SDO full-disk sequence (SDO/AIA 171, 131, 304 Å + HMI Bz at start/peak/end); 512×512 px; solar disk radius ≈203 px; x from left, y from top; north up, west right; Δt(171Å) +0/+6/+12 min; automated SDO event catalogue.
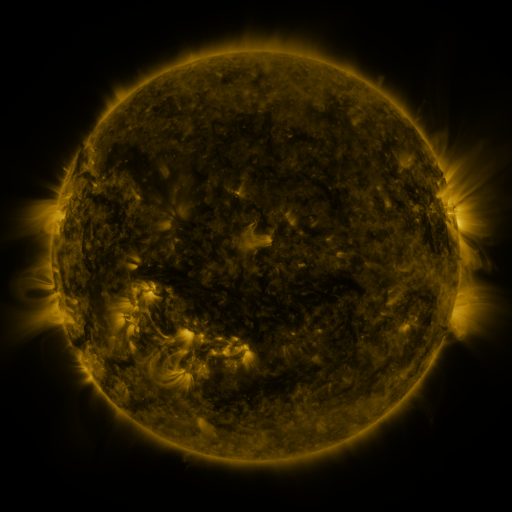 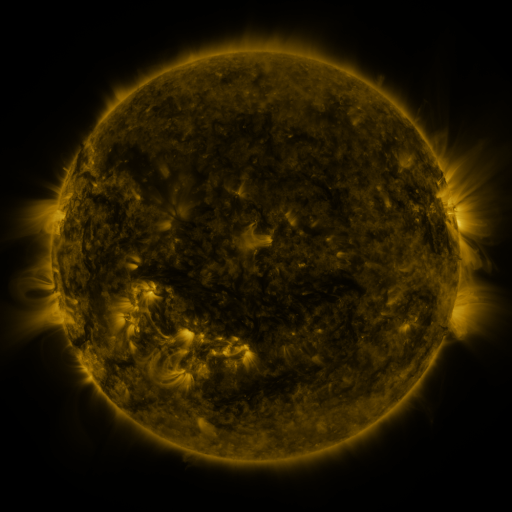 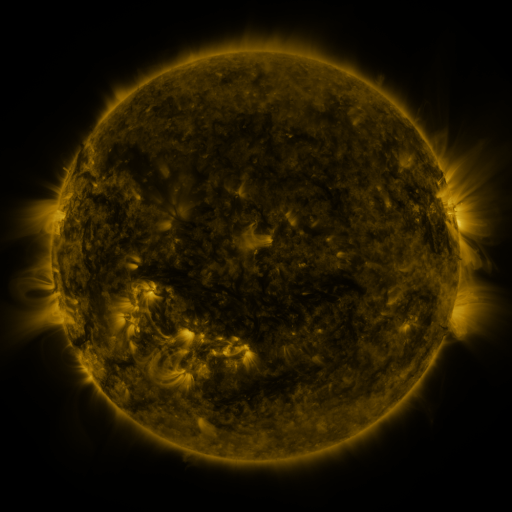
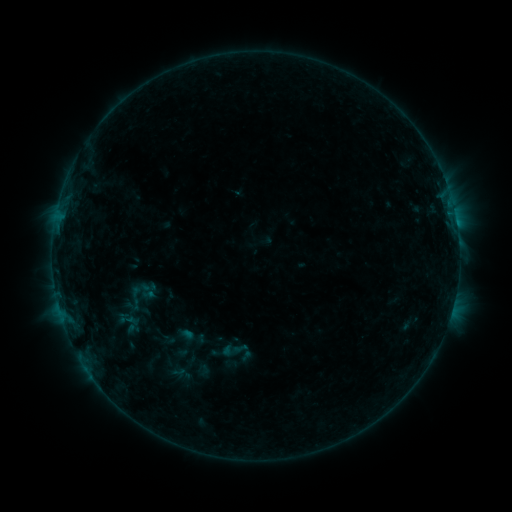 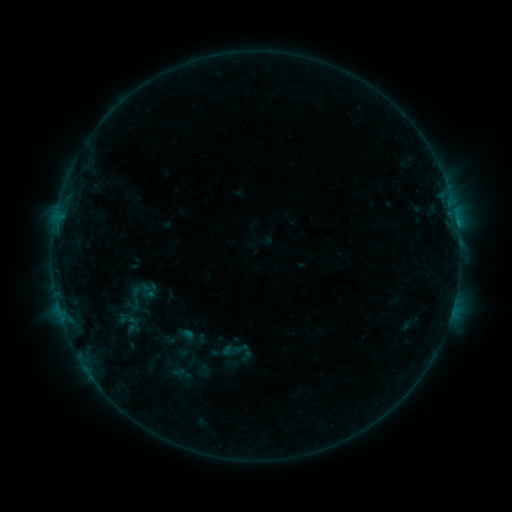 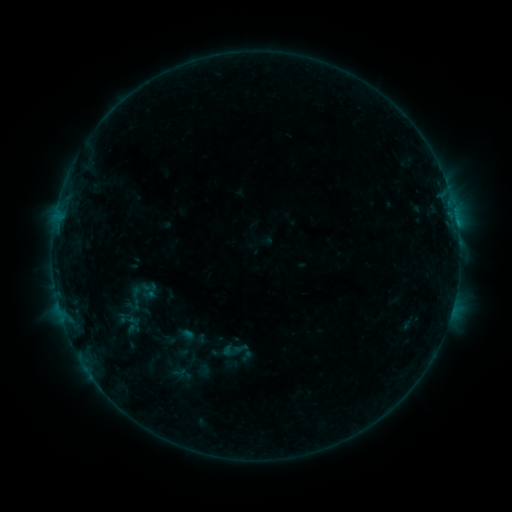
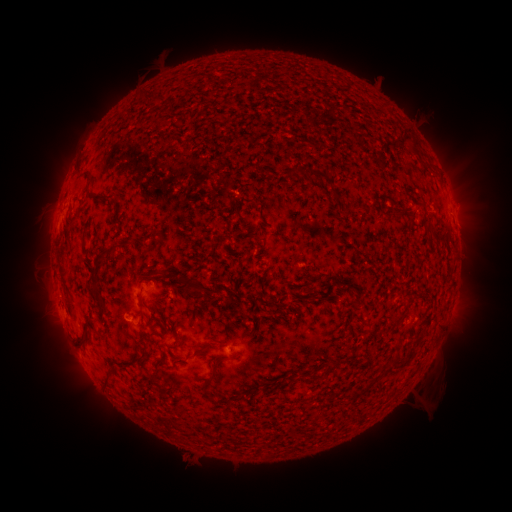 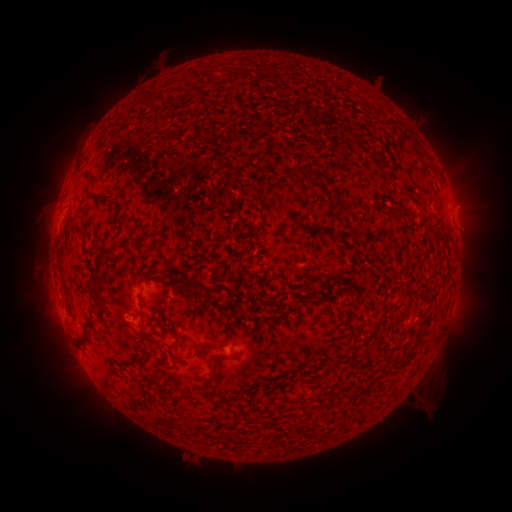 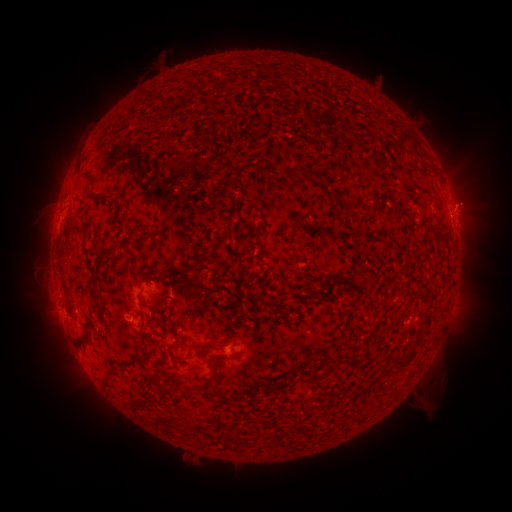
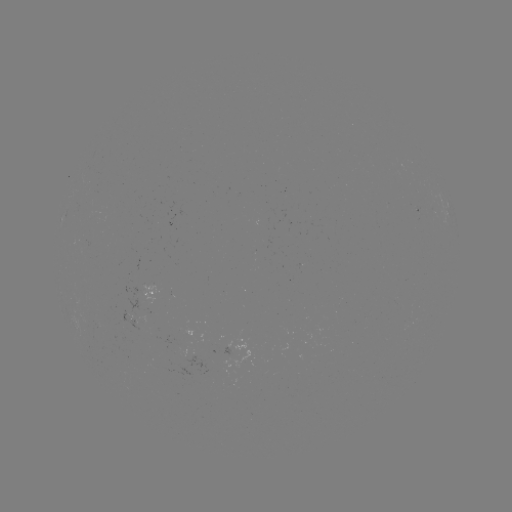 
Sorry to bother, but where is eruption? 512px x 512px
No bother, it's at (470, 201).